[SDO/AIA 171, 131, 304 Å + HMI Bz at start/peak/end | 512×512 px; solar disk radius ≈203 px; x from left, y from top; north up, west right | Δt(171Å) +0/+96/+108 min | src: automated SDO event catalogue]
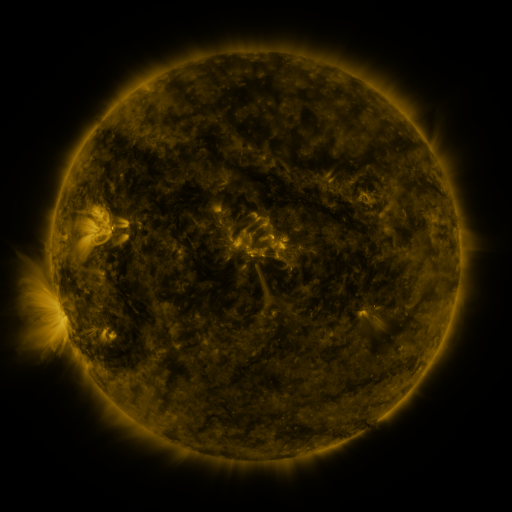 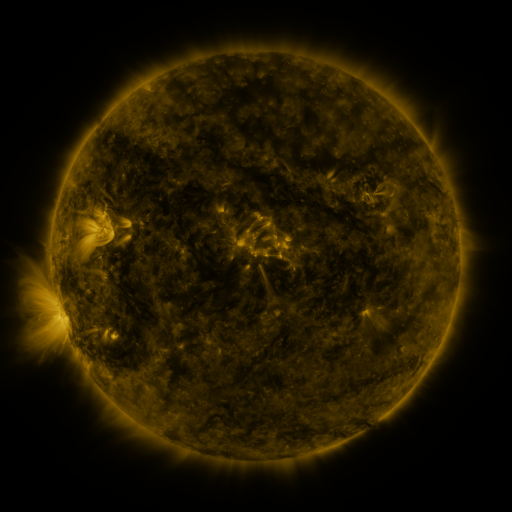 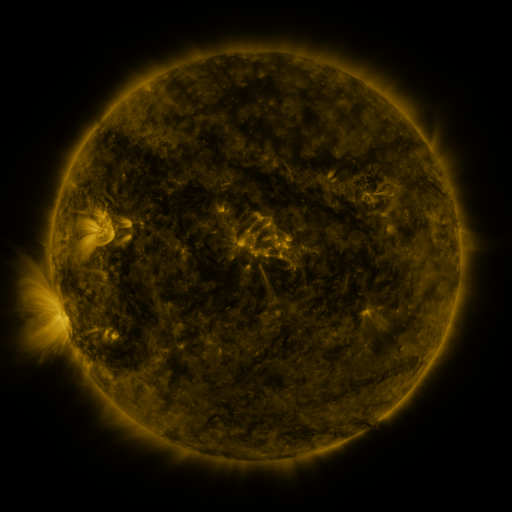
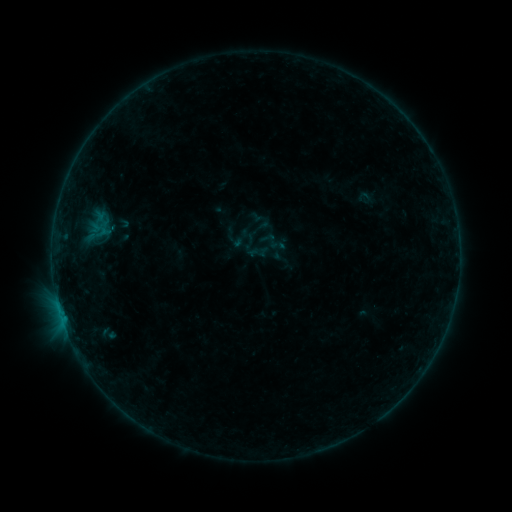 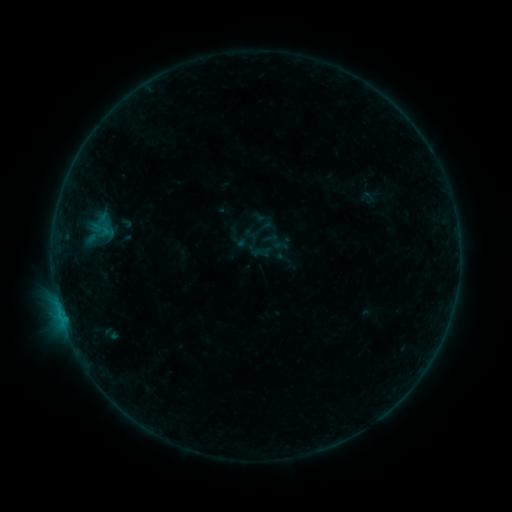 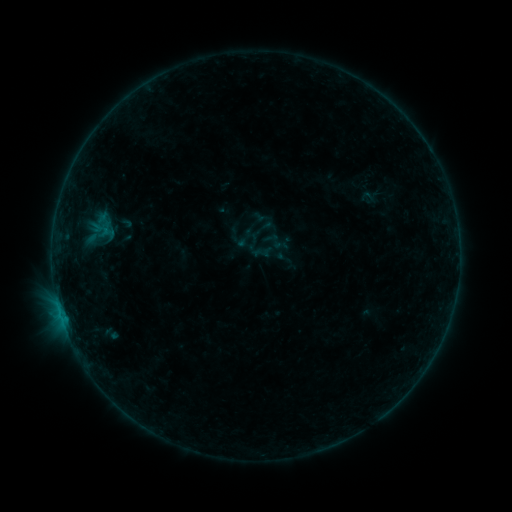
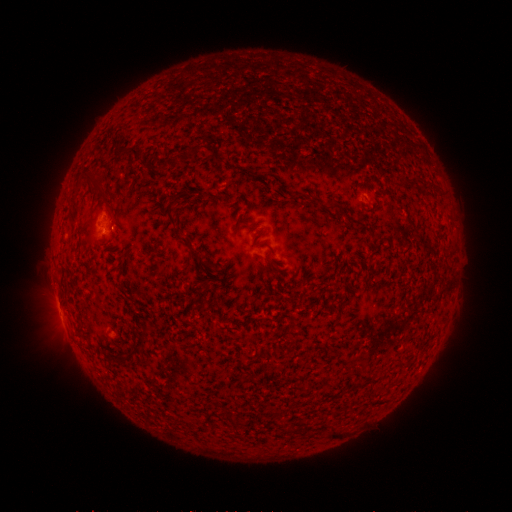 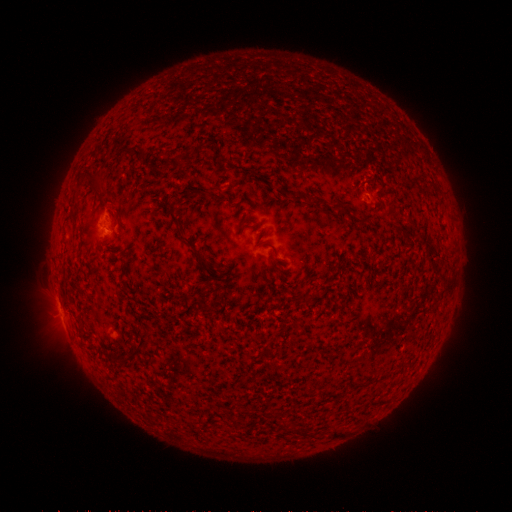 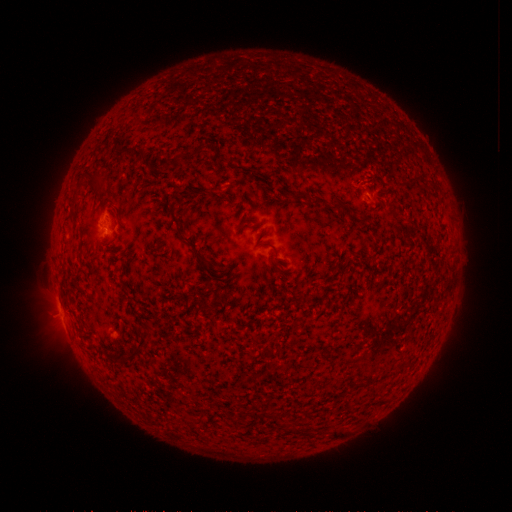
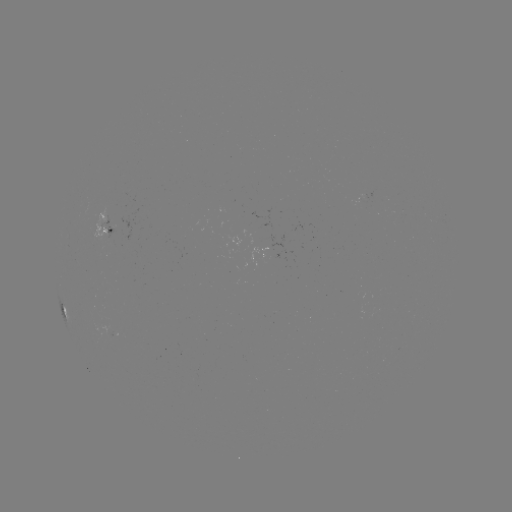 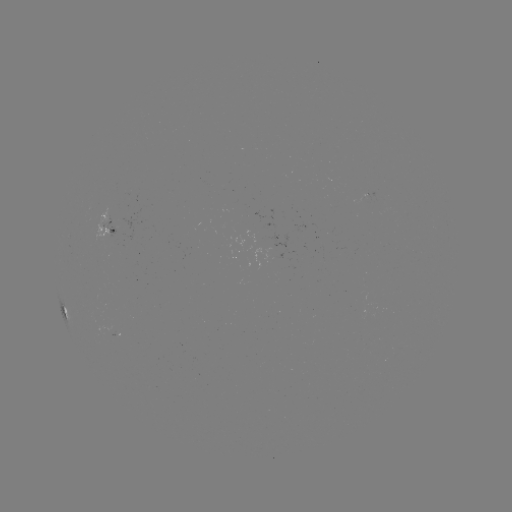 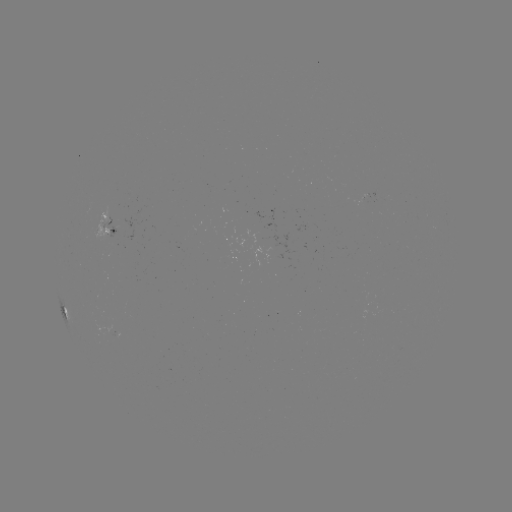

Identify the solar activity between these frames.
emerging-flux region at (111, 225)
